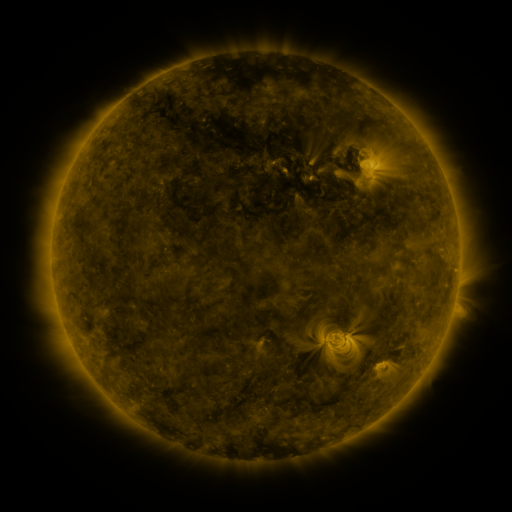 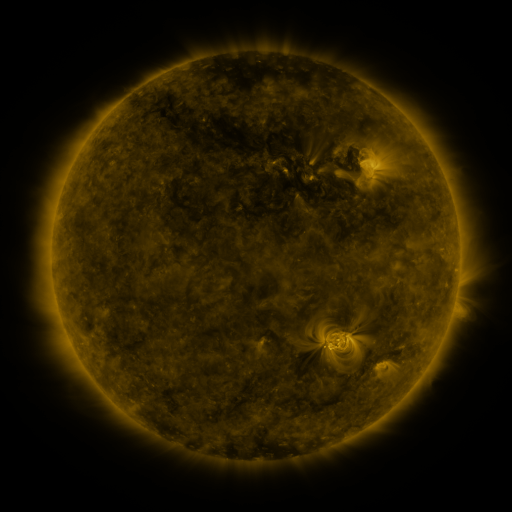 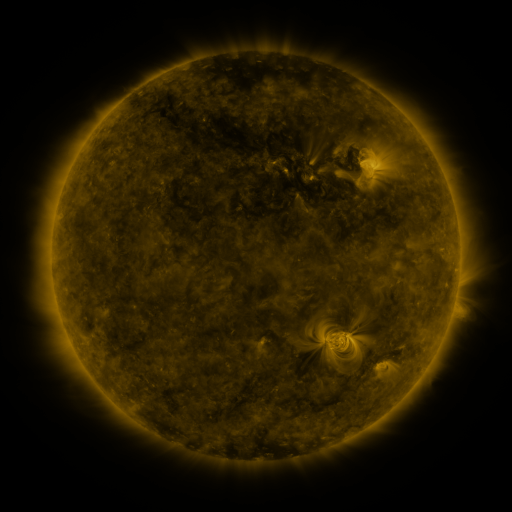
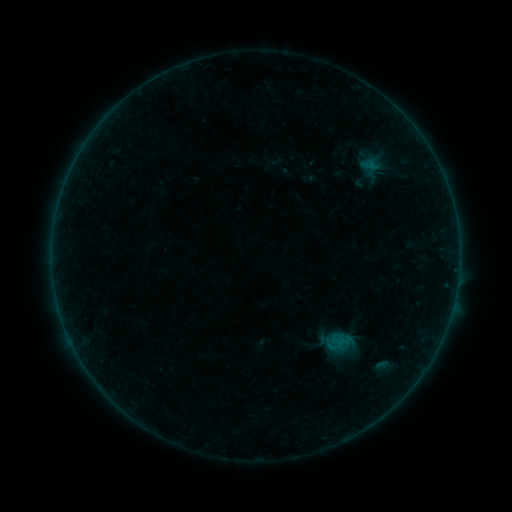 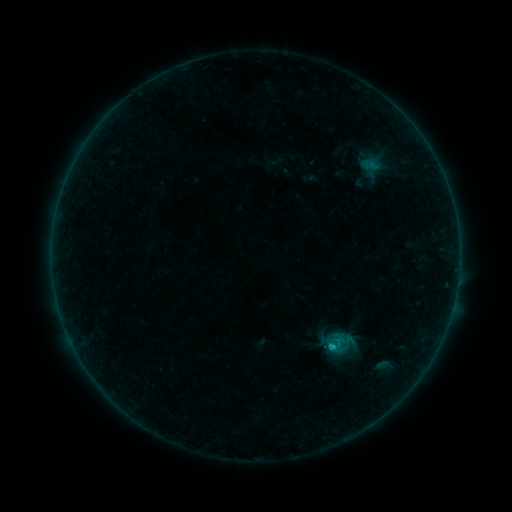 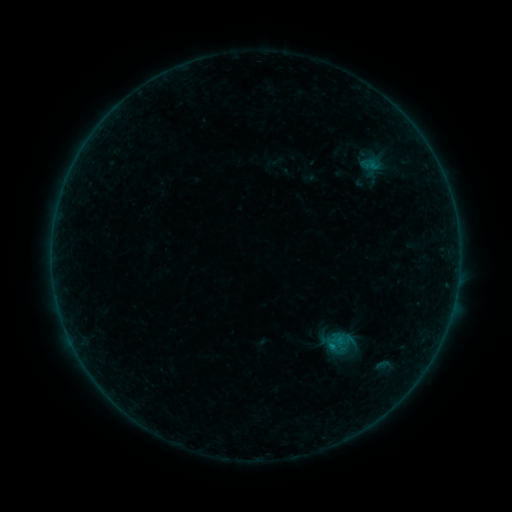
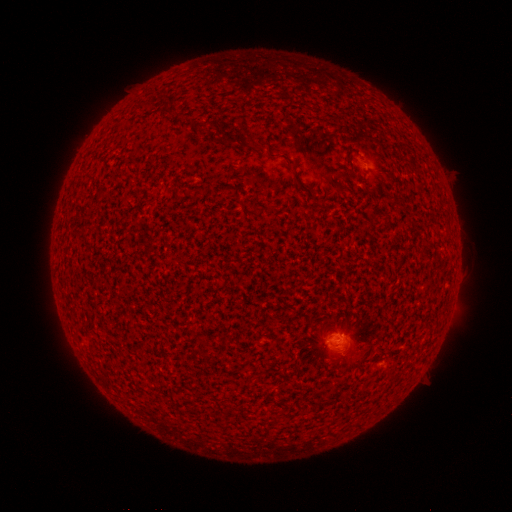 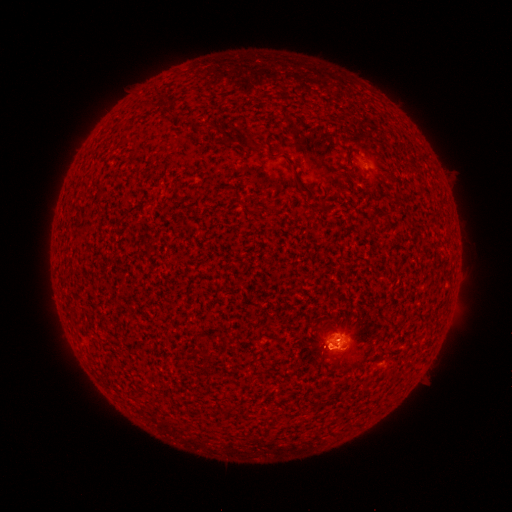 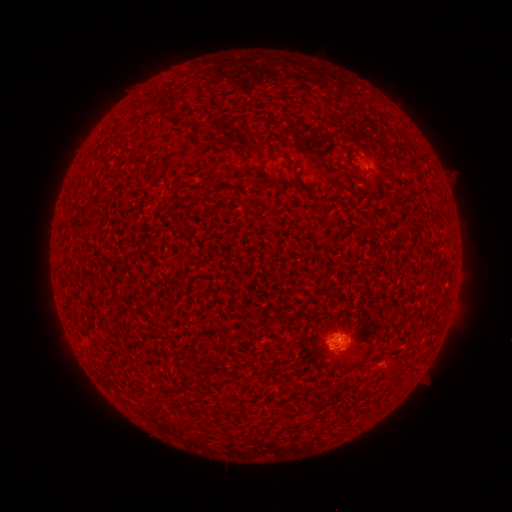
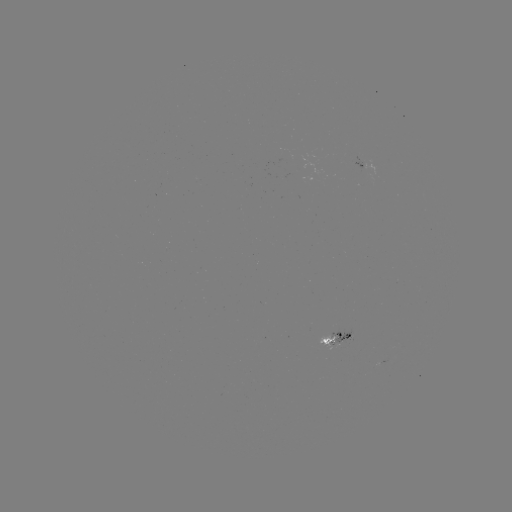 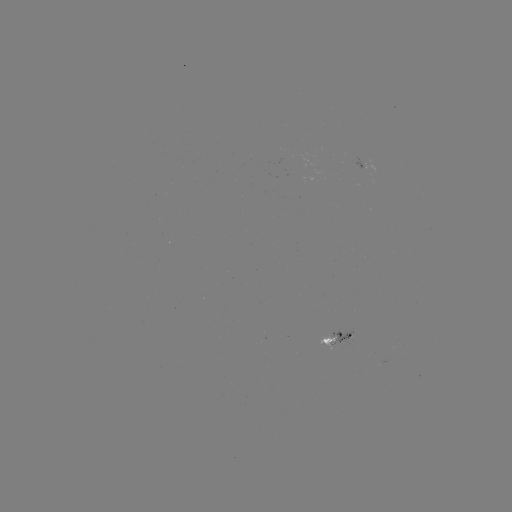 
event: flare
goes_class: B7.9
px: (332, 346)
